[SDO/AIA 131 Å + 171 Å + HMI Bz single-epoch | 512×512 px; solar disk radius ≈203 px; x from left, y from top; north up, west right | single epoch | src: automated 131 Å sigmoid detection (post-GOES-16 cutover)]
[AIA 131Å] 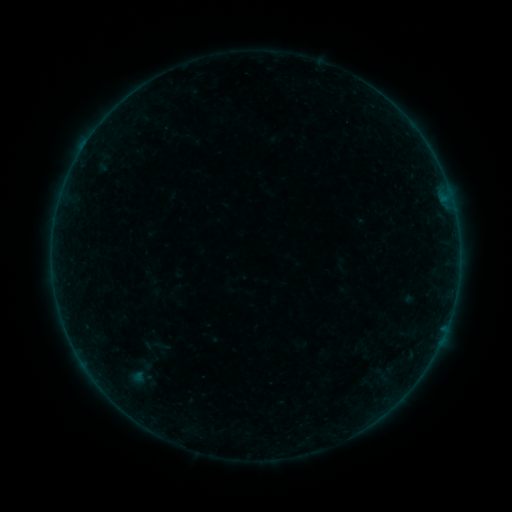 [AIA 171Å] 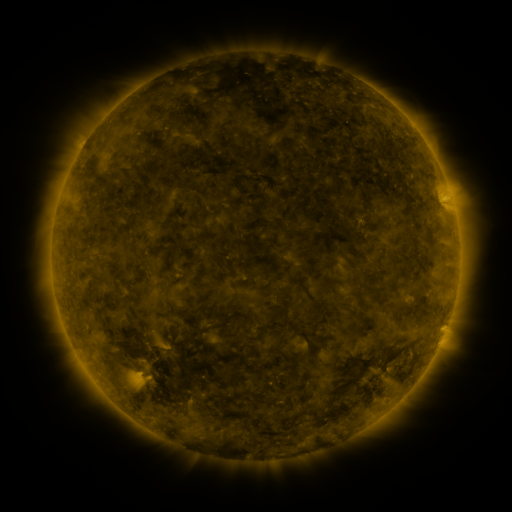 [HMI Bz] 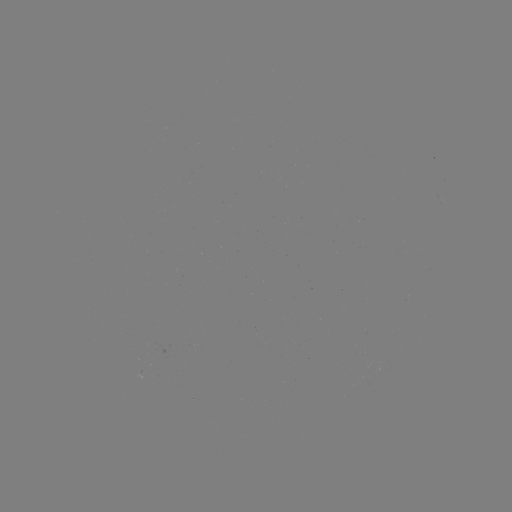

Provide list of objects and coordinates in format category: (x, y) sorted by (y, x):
sigmoid: (152, 345)
